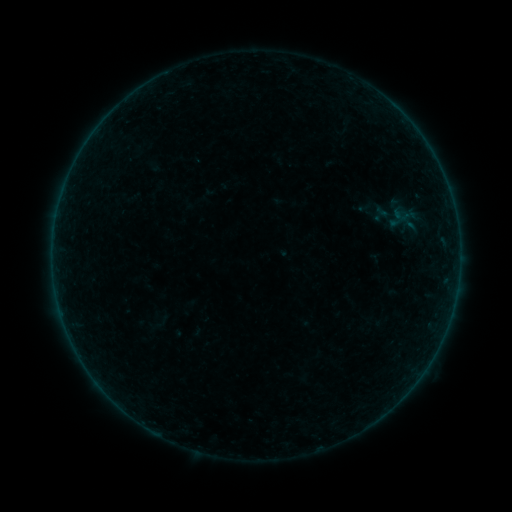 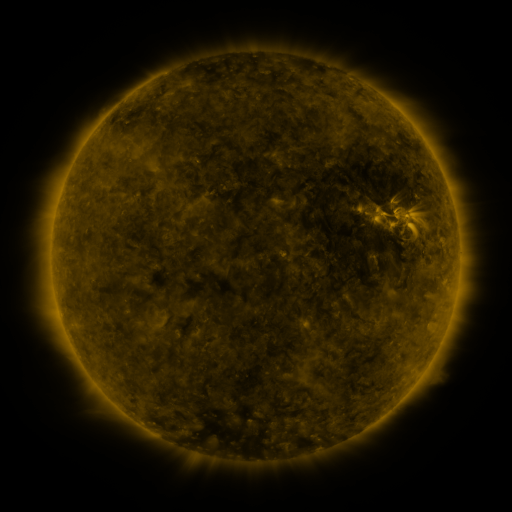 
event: sigmoid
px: (396, 218)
